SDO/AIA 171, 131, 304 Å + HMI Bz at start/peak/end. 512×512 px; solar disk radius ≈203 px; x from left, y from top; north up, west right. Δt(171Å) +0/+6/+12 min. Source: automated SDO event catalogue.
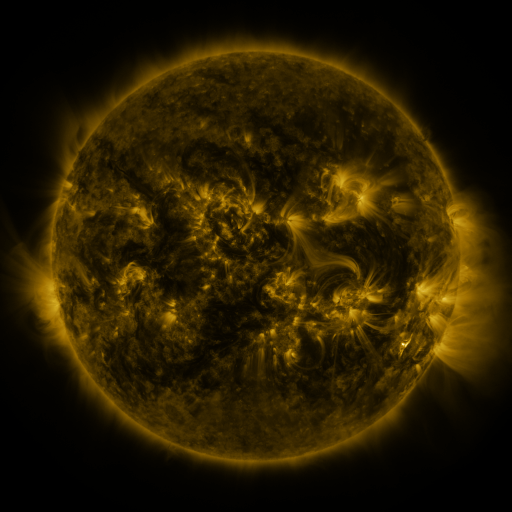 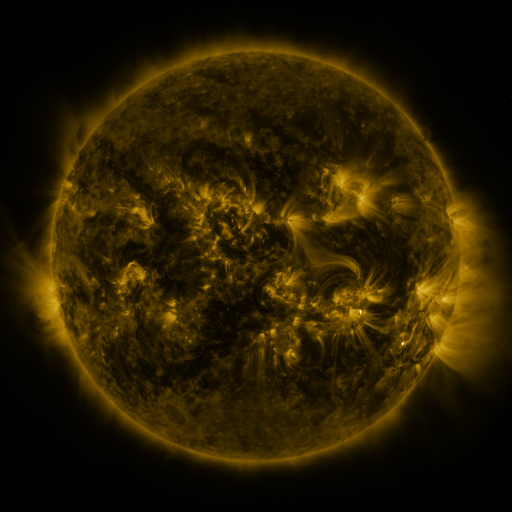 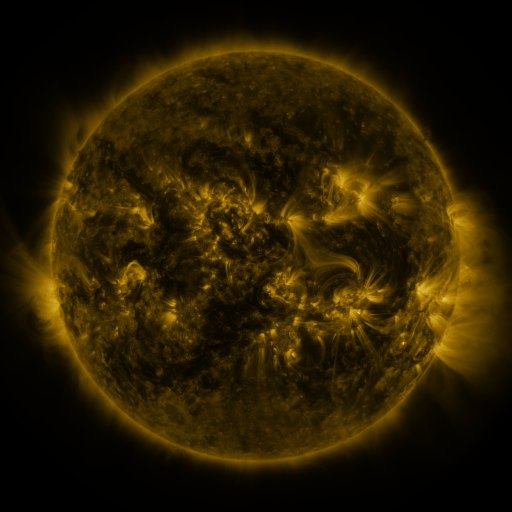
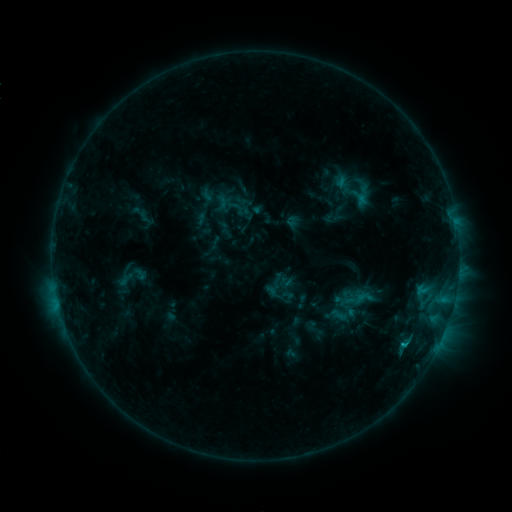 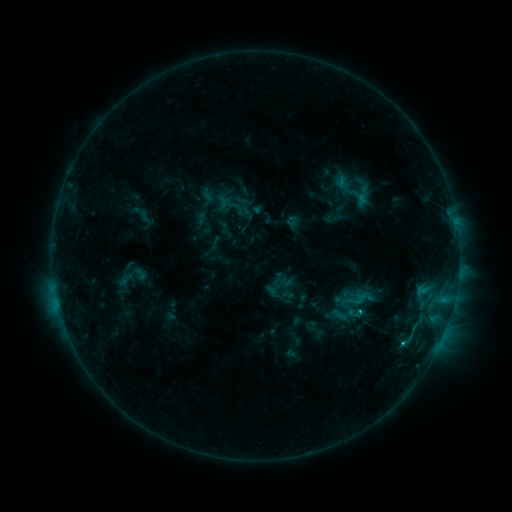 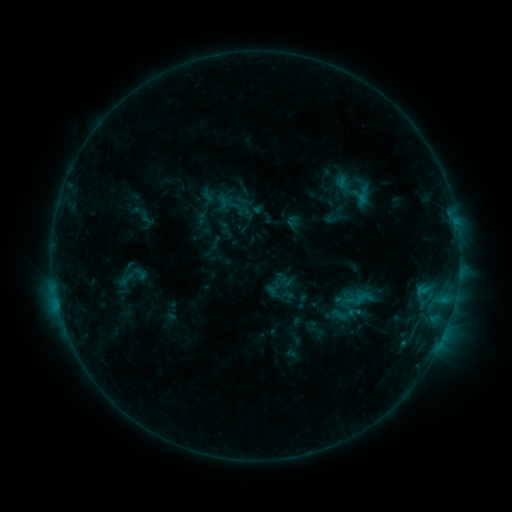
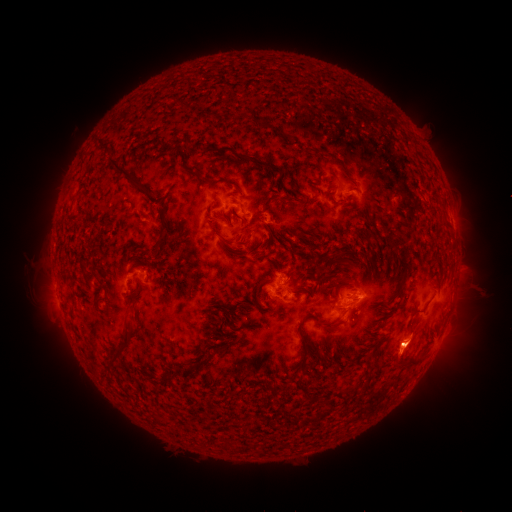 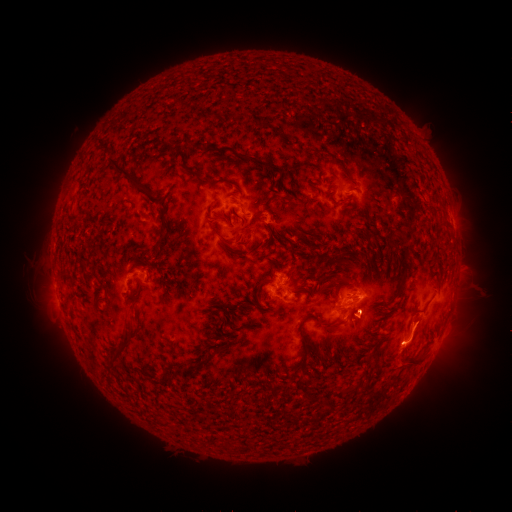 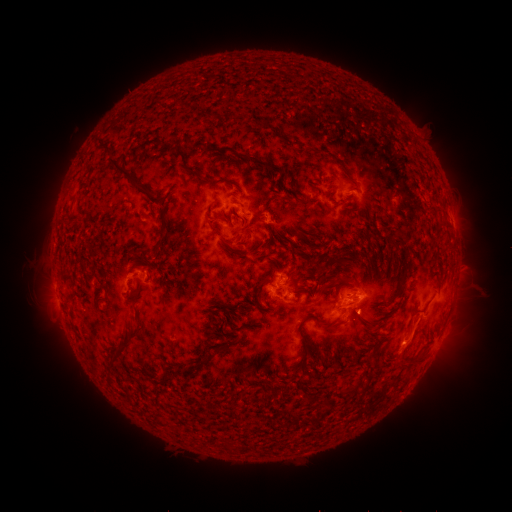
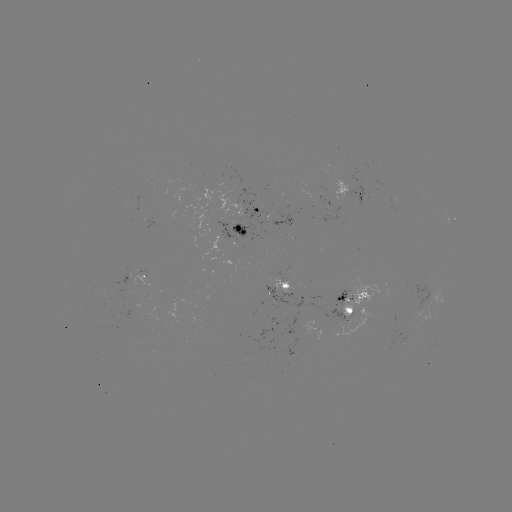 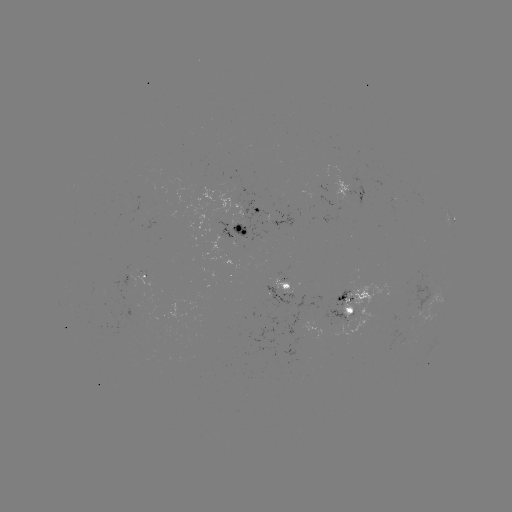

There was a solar flare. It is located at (403, 340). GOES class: C1.3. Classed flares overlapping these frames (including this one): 1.